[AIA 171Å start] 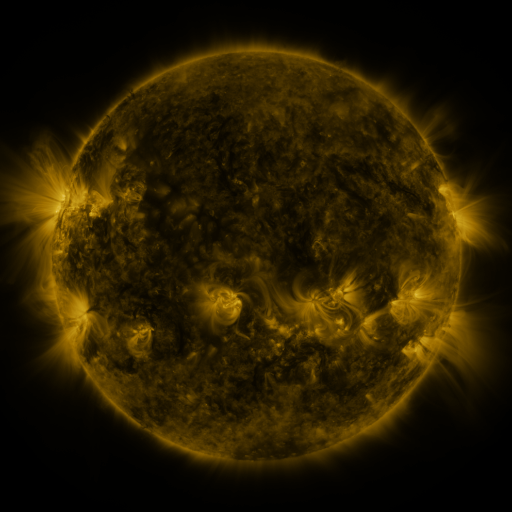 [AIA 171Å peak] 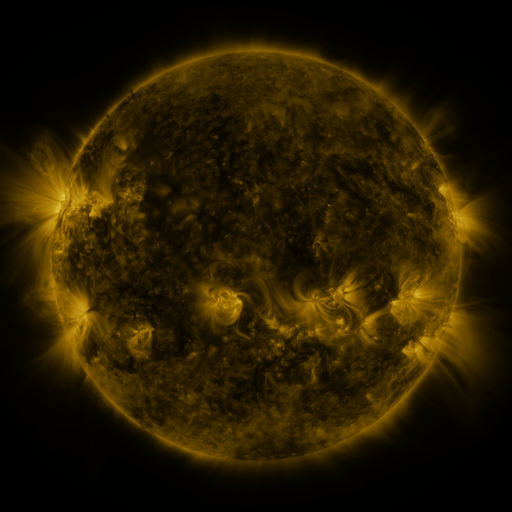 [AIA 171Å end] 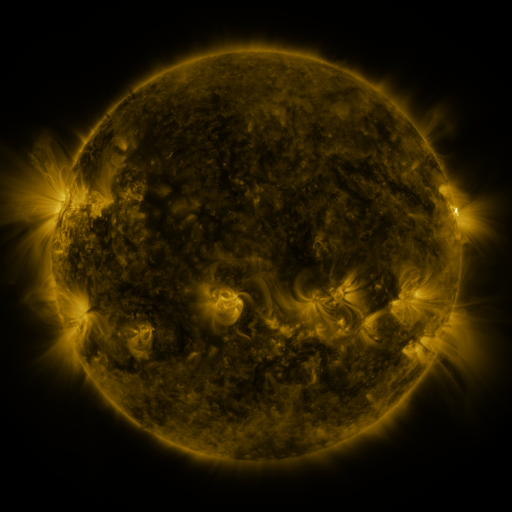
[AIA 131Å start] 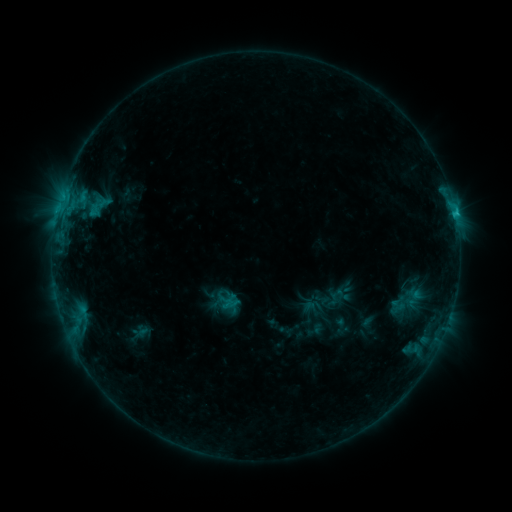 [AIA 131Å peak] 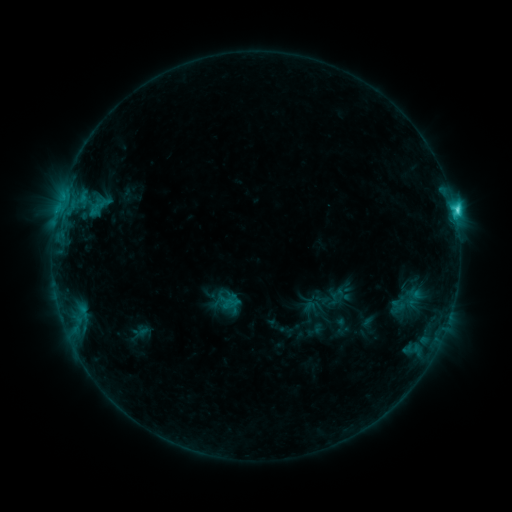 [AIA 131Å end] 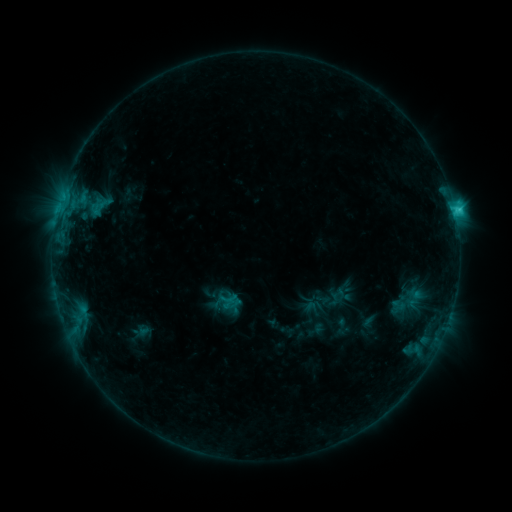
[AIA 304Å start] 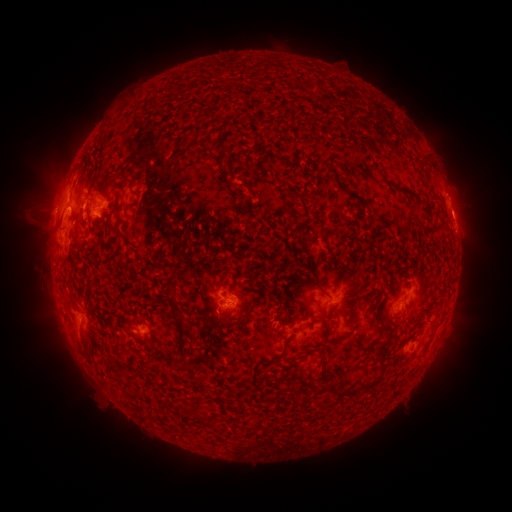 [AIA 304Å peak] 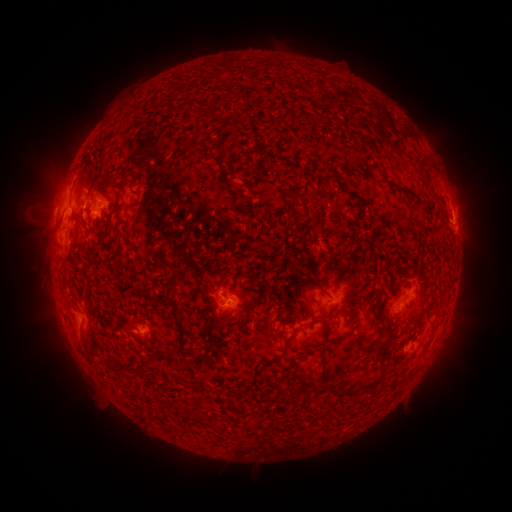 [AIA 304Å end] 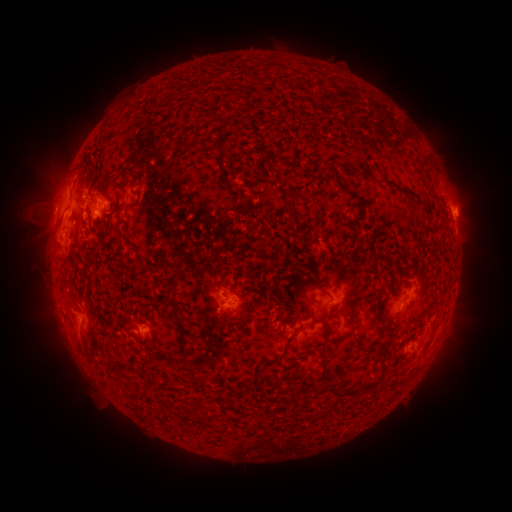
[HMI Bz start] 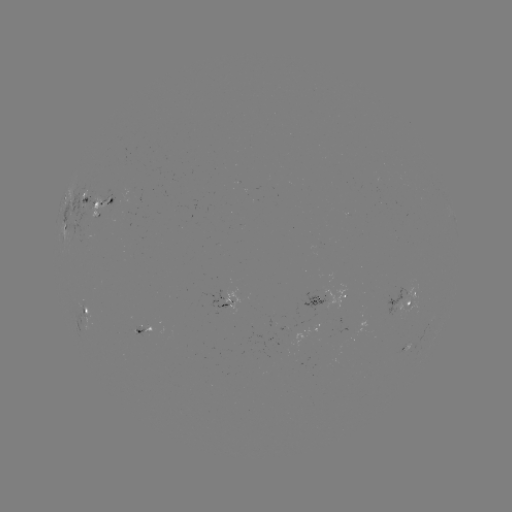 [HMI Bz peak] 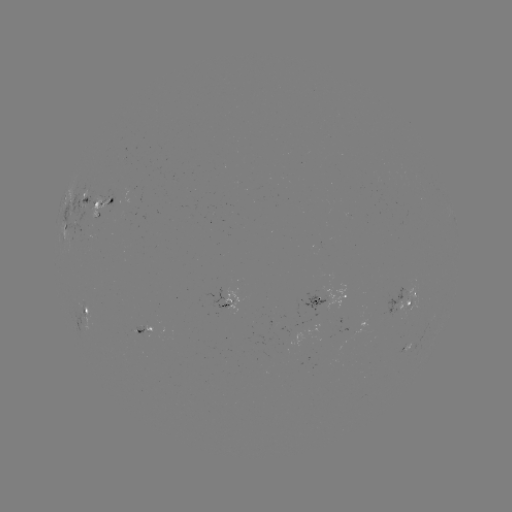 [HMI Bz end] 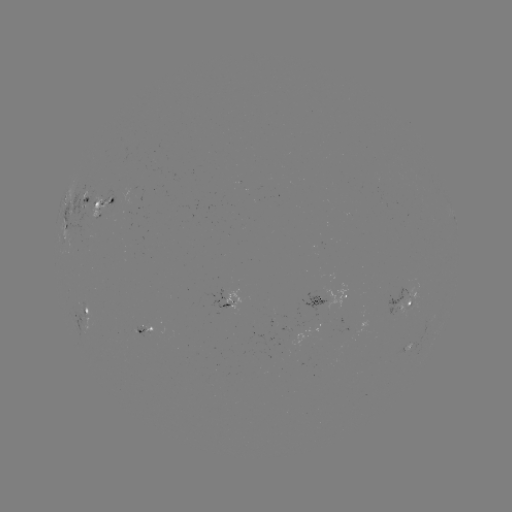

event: flare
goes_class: C3.3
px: (454, 213)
